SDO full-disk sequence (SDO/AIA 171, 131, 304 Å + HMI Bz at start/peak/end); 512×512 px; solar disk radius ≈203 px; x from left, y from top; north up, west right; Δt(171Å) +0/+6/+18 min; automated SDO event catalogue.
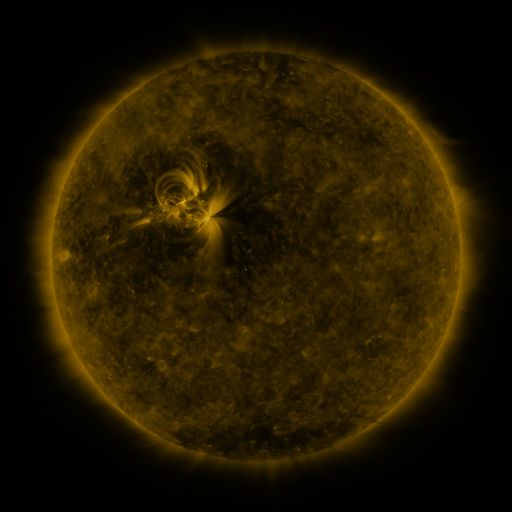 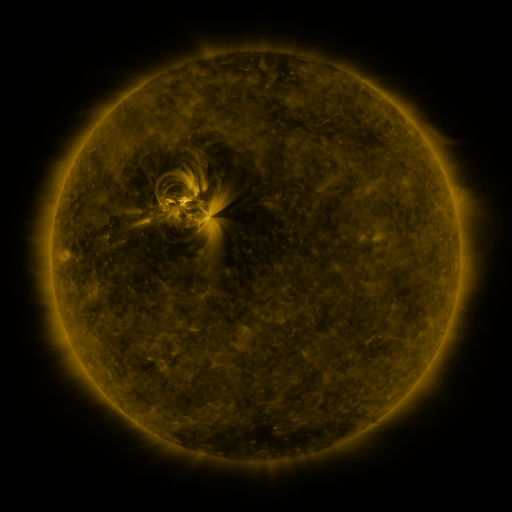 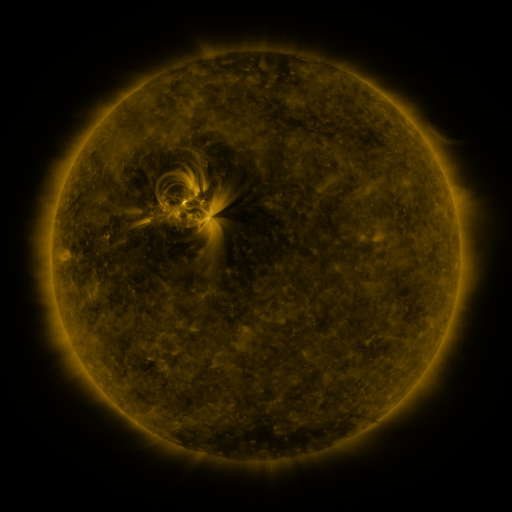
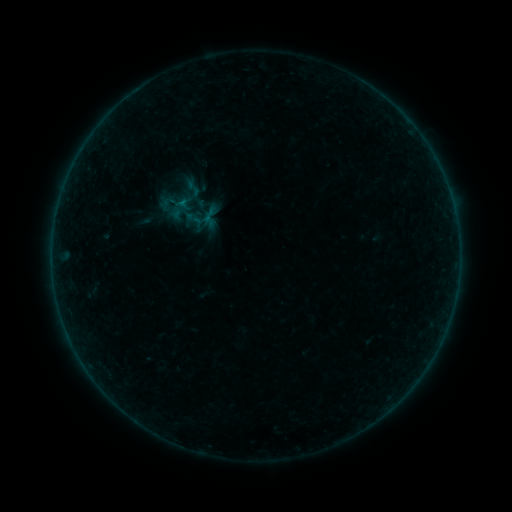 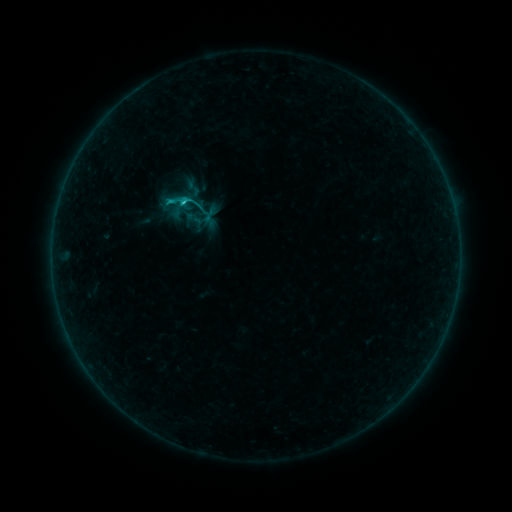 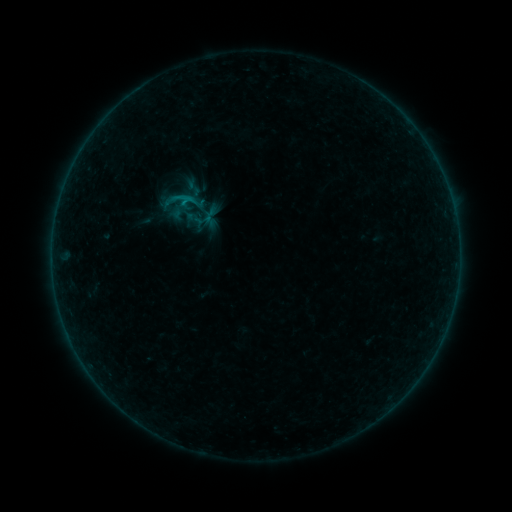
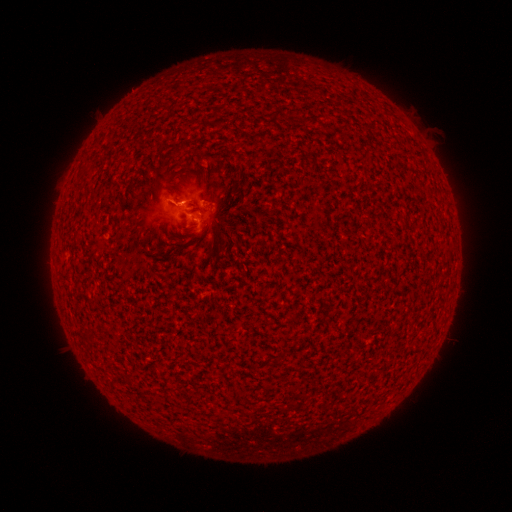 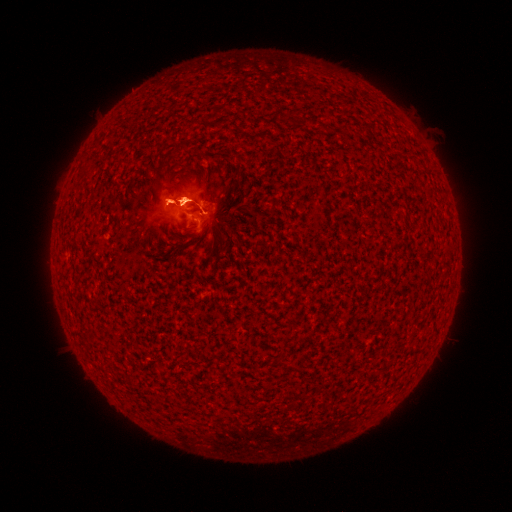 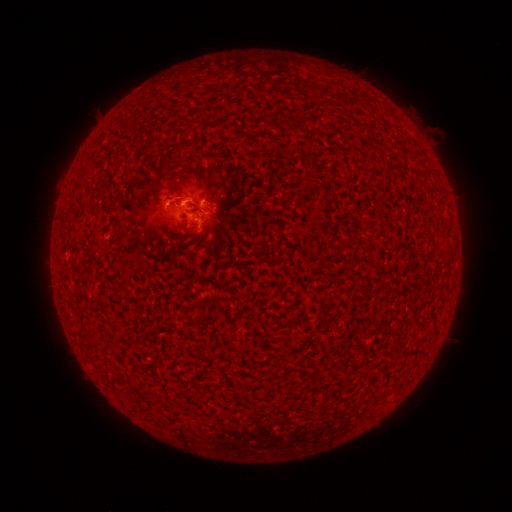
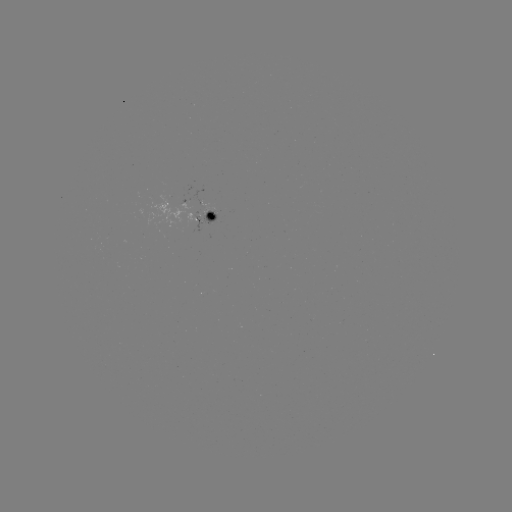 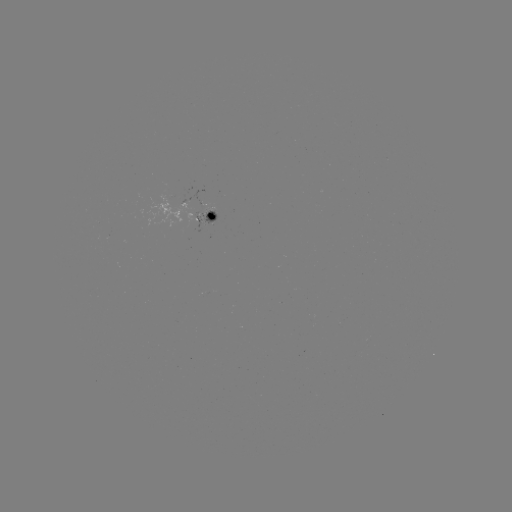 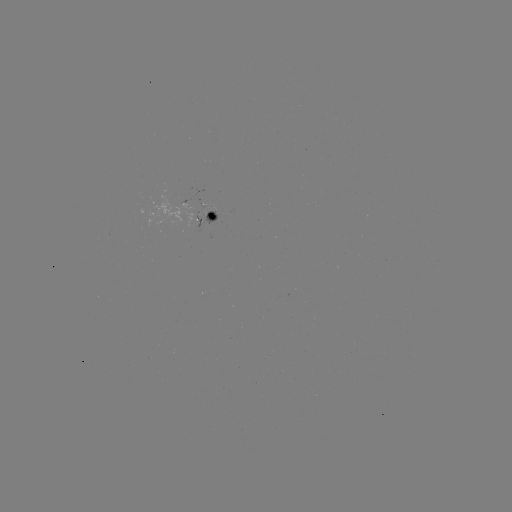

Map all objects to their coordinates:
B7.1 flare: (183, 205)
